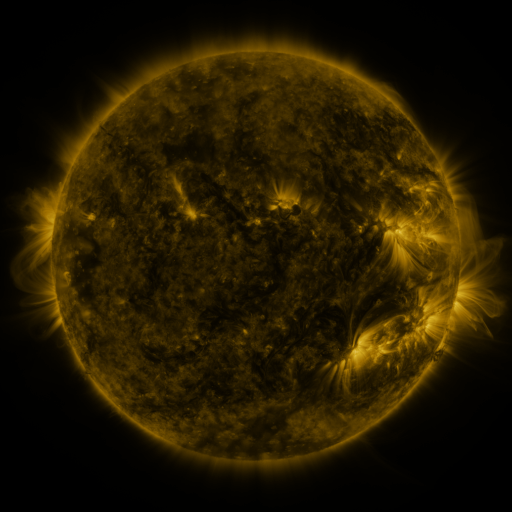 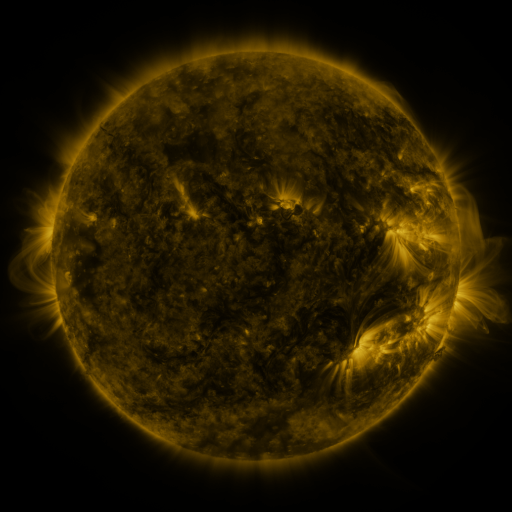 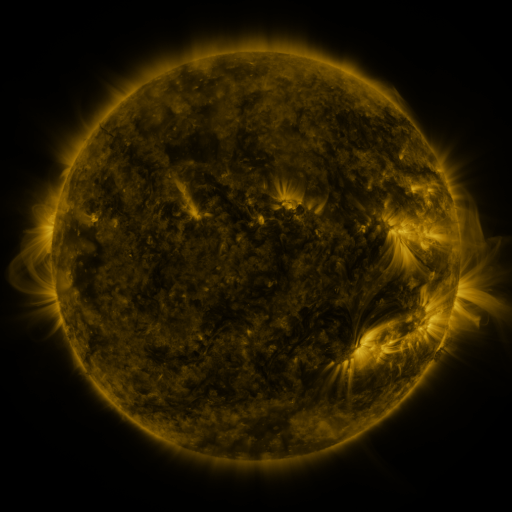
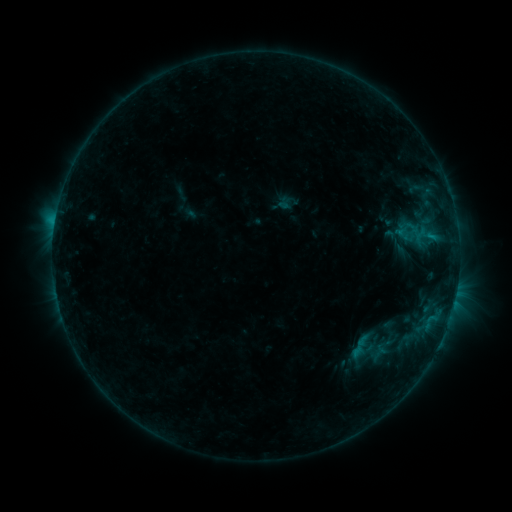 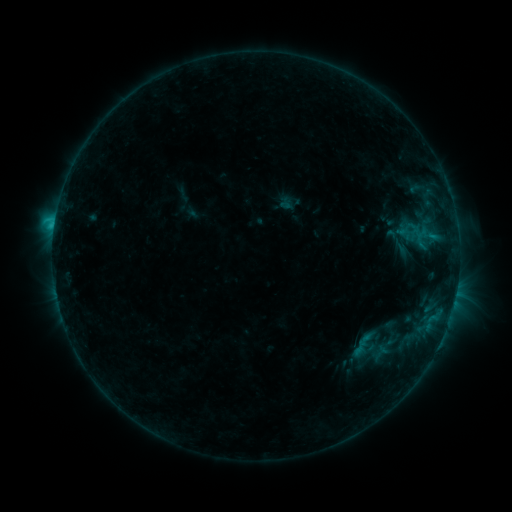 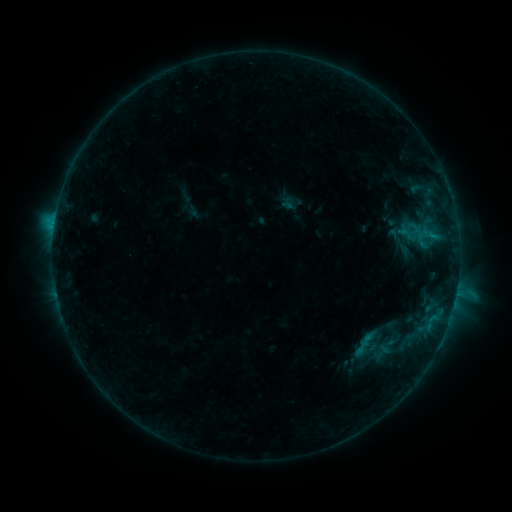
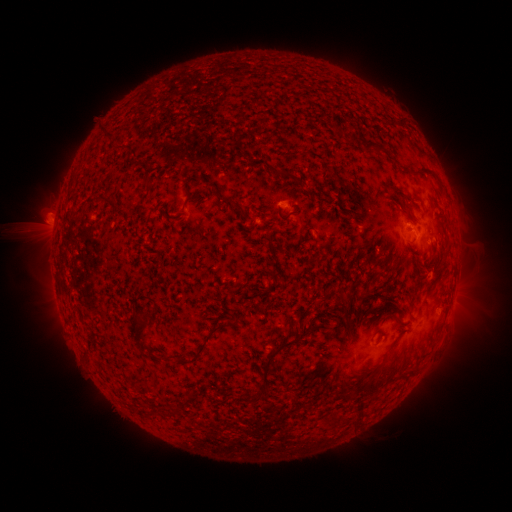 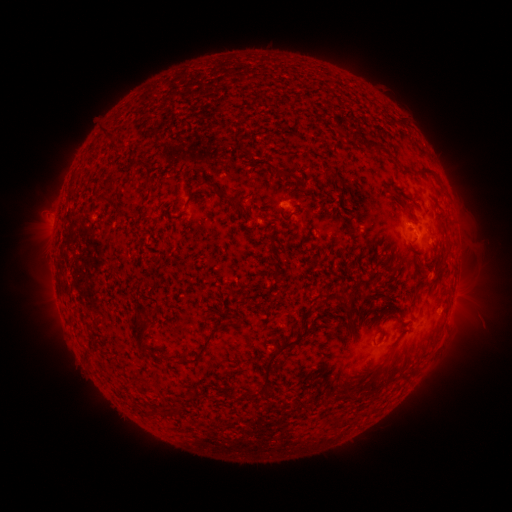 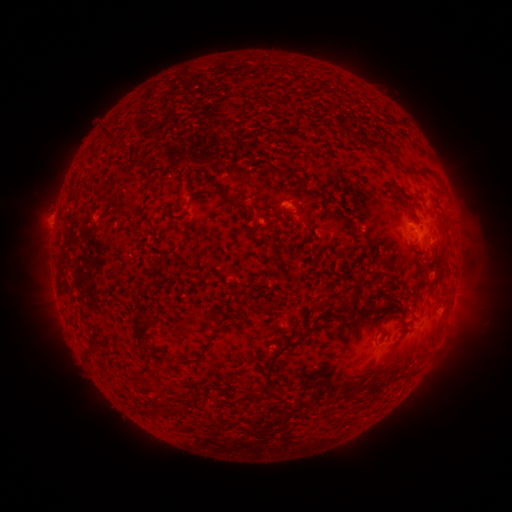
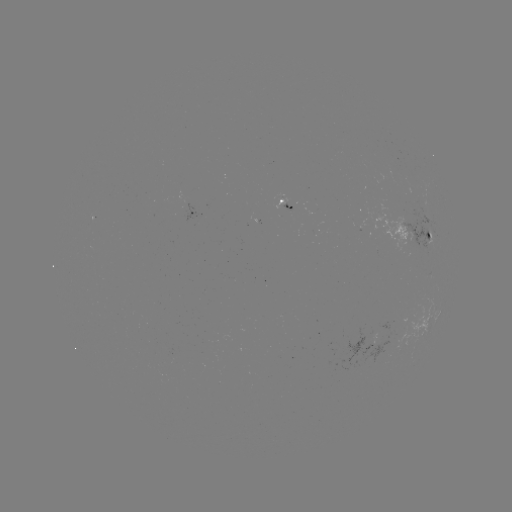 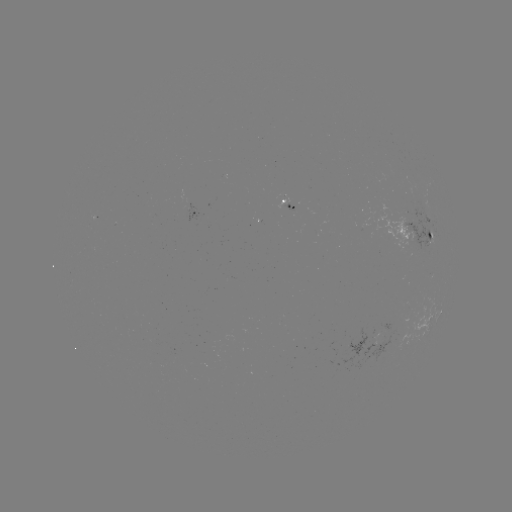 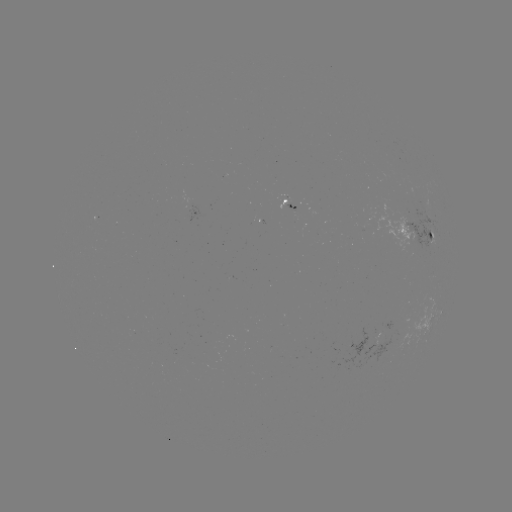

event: flare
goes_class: C1.5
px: (366, 335)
